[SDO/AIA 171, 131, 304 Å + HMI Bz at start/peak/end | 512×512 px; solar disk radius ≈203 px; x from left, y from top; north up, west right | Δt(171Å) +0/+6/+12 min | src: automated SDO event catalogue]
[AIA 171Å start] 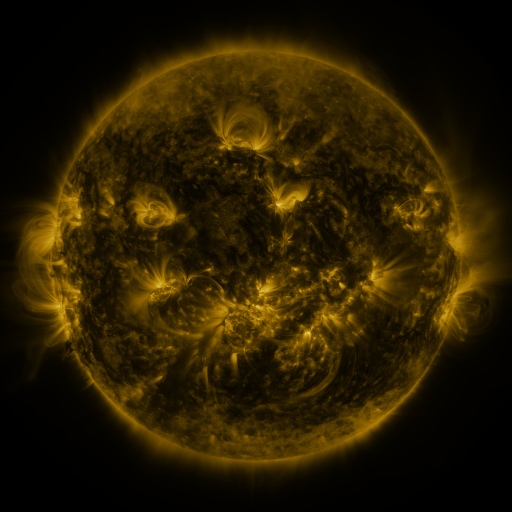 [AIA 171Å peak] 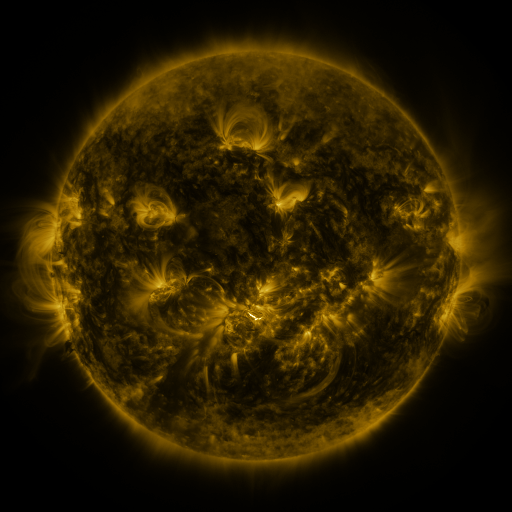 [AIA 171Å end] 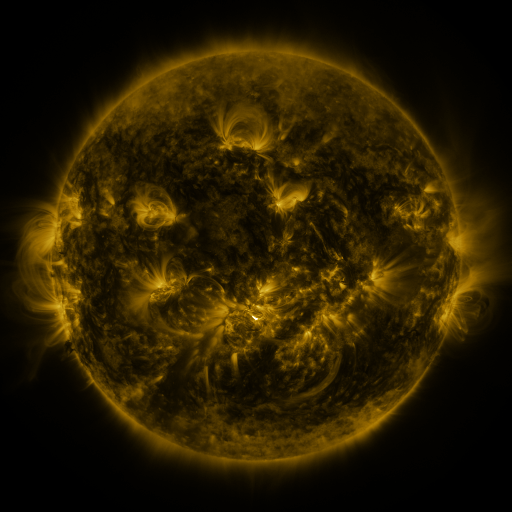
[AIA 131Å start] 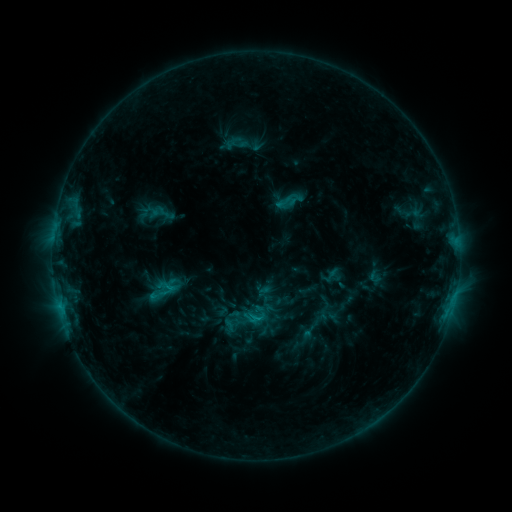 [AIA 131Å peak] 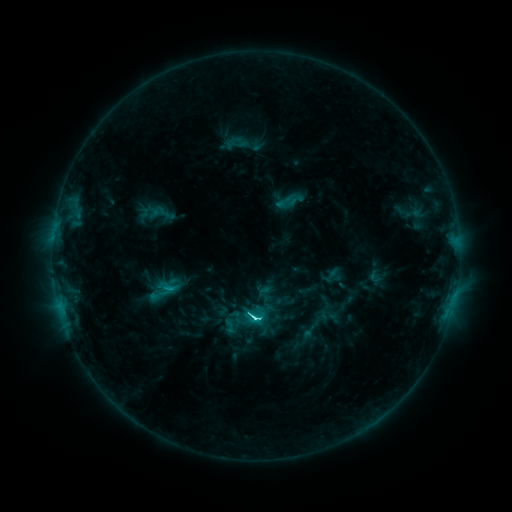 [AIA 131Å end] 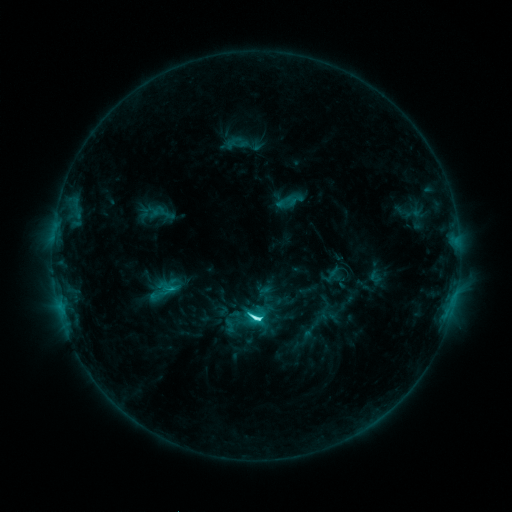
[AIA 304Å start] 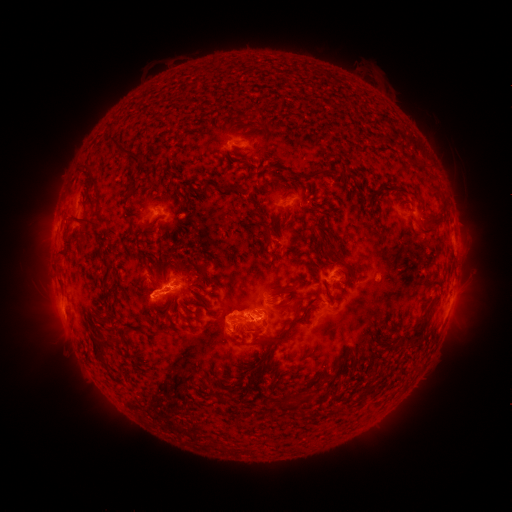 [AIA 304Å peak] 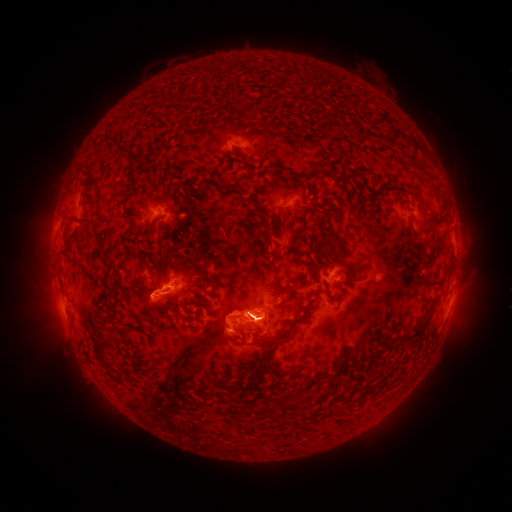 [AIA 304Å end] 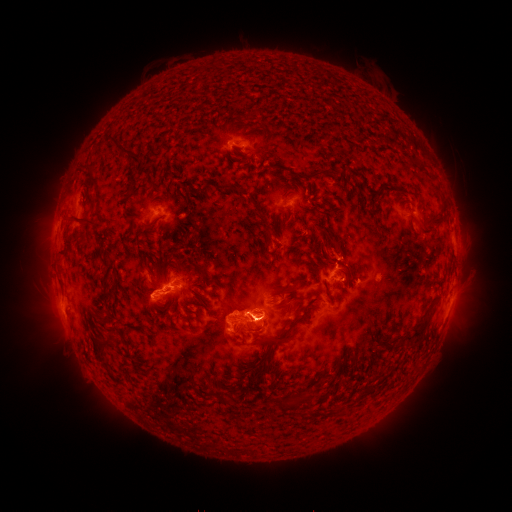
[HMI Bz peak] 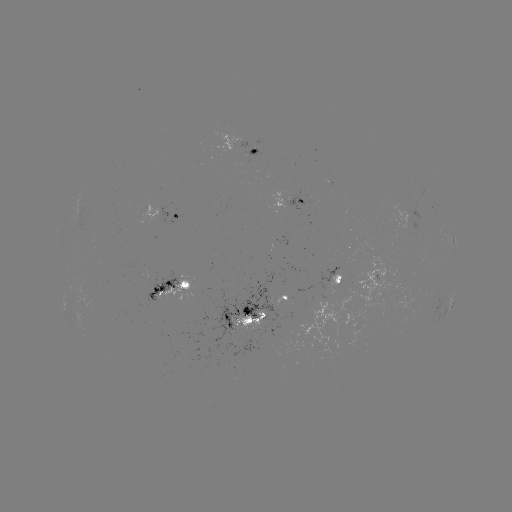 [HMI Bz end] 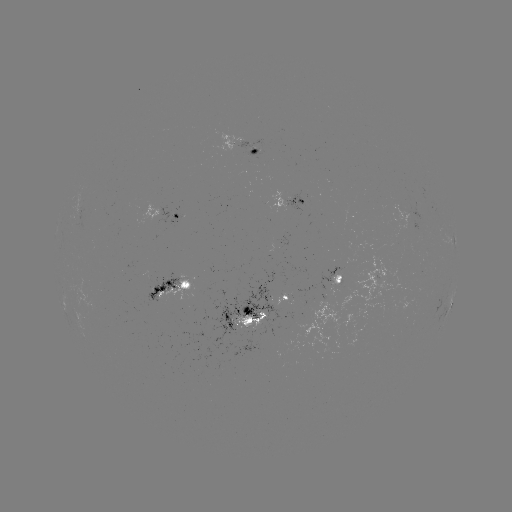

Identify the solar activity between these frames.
C9.8 flare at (256, 314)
